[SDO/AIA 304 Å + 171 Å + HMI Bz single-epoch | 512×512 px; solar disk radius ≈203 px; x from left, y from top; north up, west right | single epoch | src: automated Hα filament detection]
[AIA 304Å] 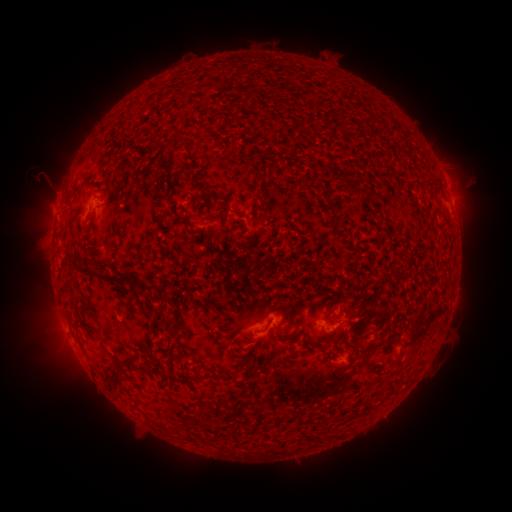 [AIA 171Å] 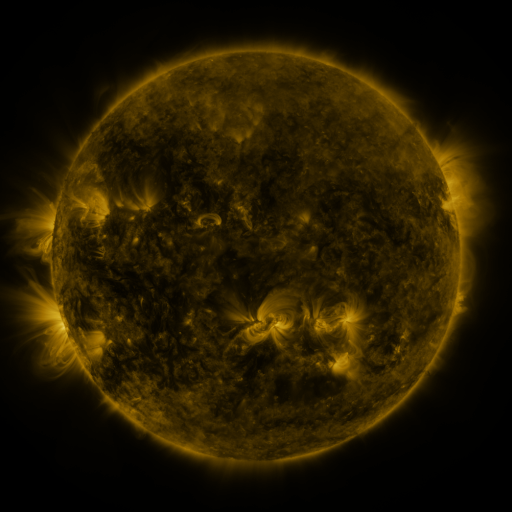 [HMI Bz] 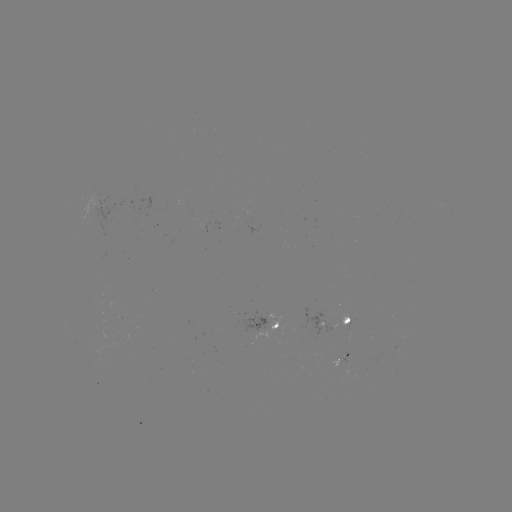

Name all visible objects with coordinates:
filament: (152, 143)
filament: (267, 170)
filament: (352, 187)
filament: (329, 207)
filament: (334, 216)
filament: (187, 232)
filament: (324, 253)
filament: (129, 281)
filament: (73, 298)
filament: (165, 300)
filament: (361, 317)
filament: (348, 329)
filament: (367, 355)
filament: (127, 363)
filament: (201, 370)
filament: (117, 378)
